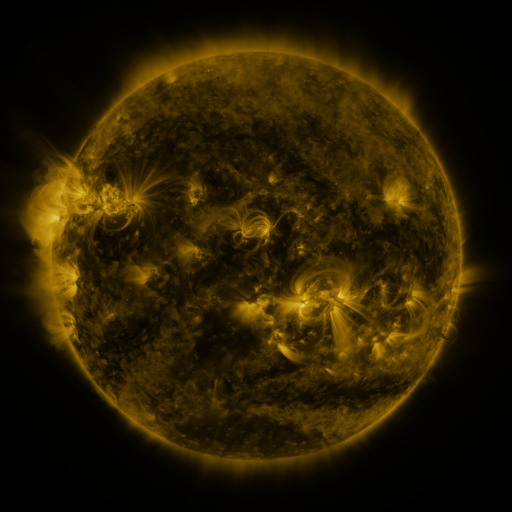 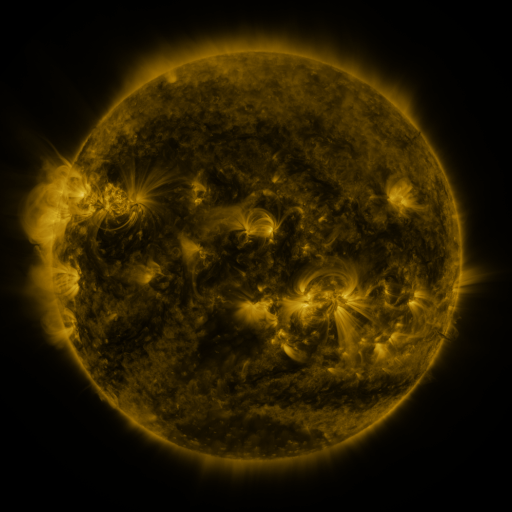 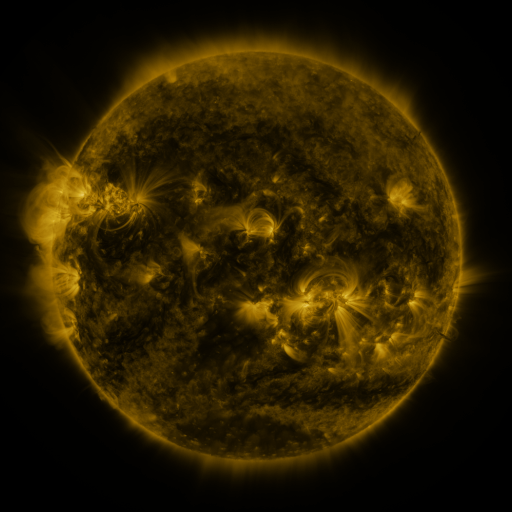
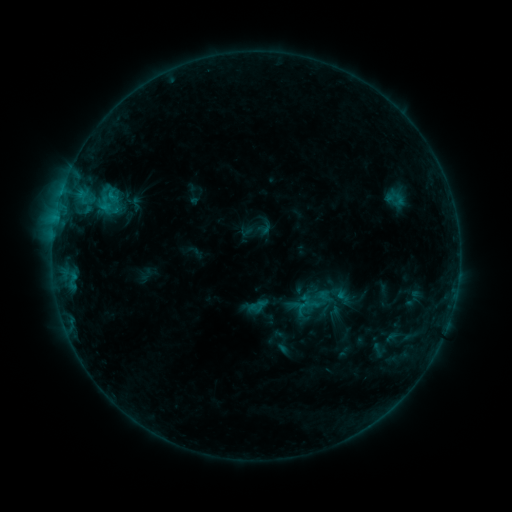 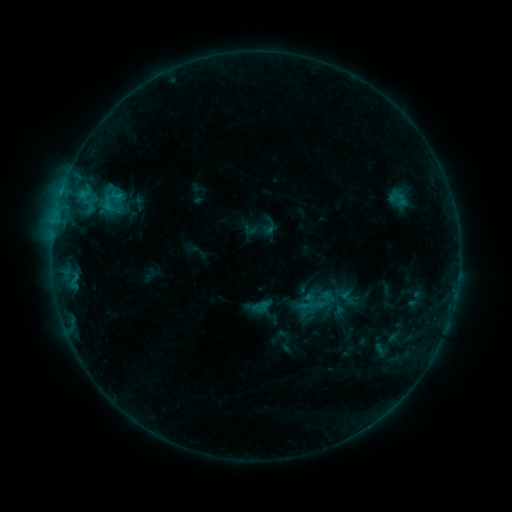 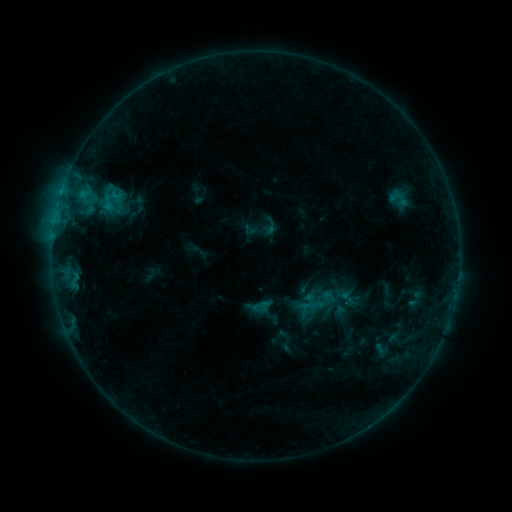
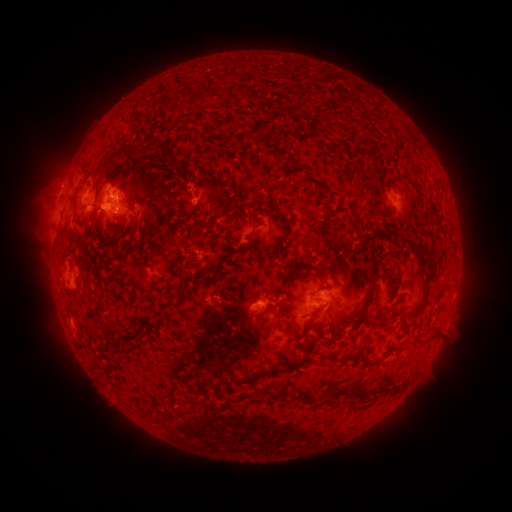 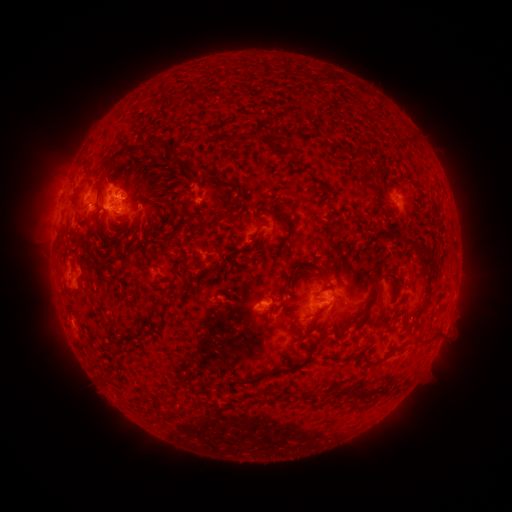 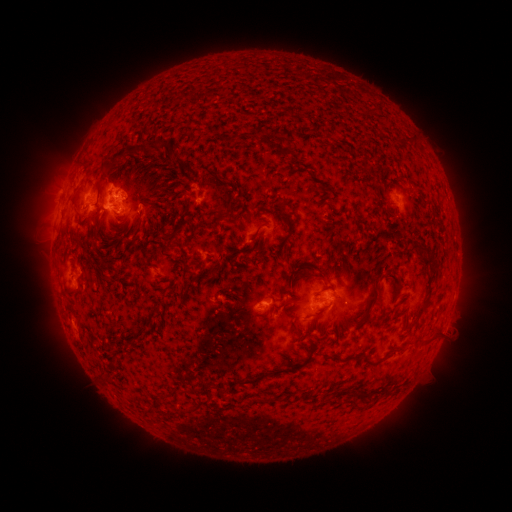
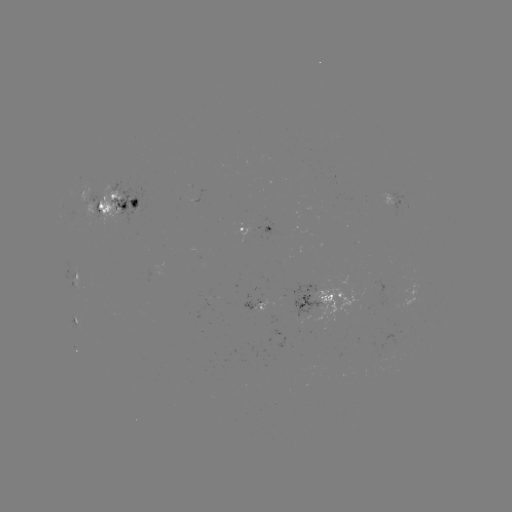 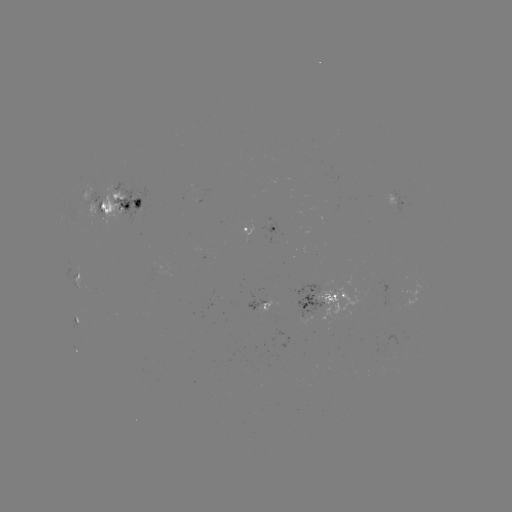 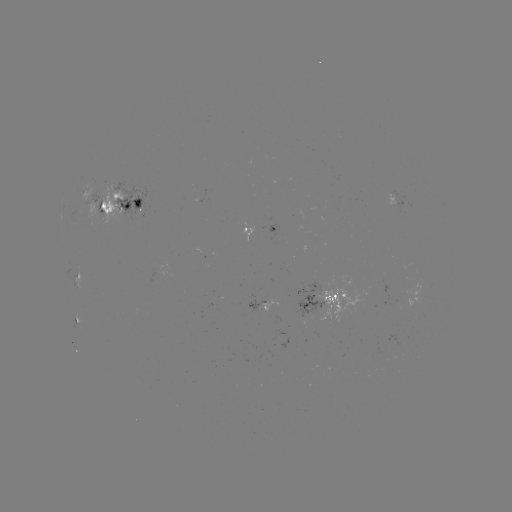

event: emerging-flux region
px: (318, 291)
